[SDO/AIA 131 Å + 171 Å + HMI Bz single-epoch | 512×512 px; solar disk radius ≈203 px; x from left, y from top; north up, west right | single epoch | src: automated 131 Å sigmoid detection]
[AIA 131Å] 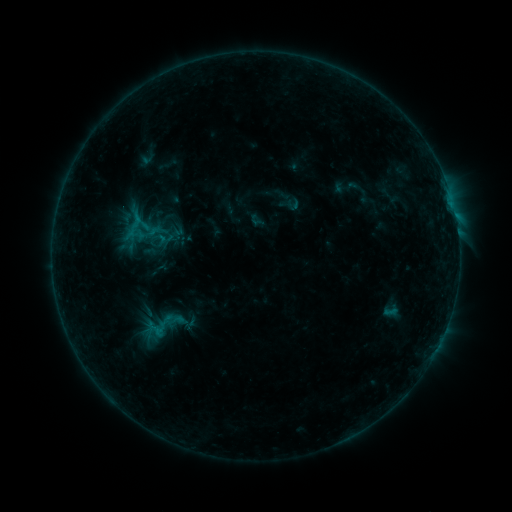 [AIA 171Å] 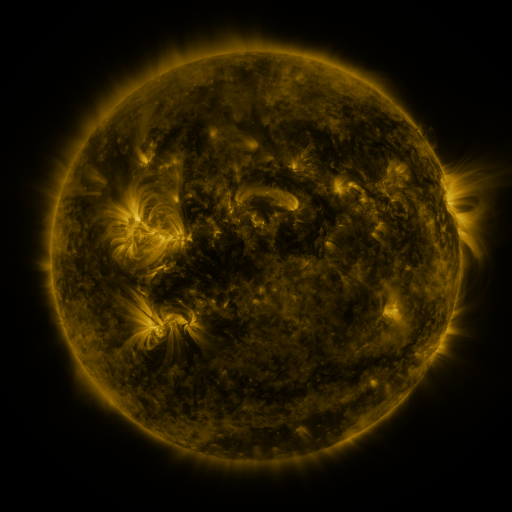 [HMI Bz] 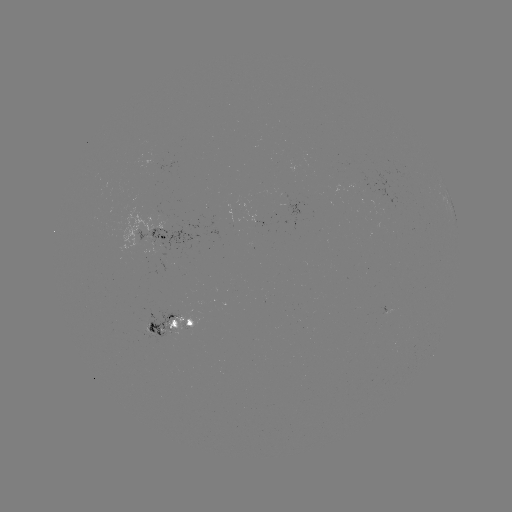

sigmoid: (138, 306, 189, 343)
